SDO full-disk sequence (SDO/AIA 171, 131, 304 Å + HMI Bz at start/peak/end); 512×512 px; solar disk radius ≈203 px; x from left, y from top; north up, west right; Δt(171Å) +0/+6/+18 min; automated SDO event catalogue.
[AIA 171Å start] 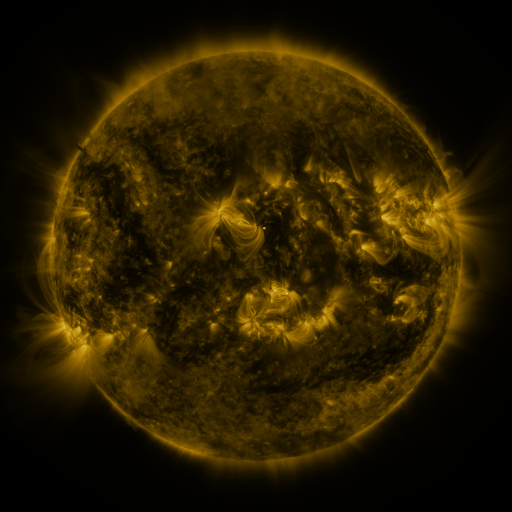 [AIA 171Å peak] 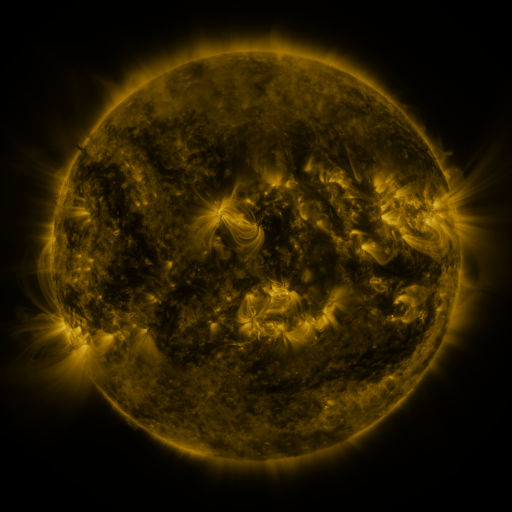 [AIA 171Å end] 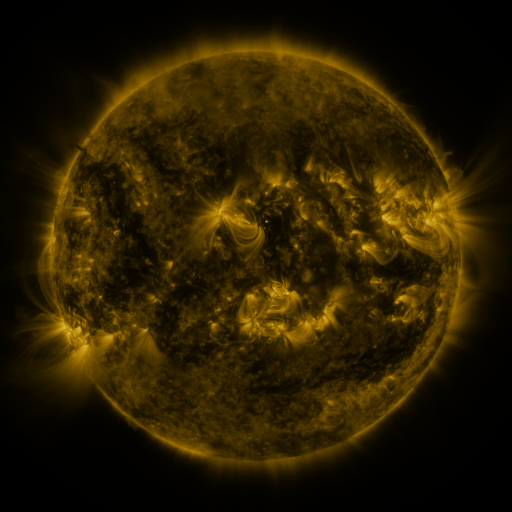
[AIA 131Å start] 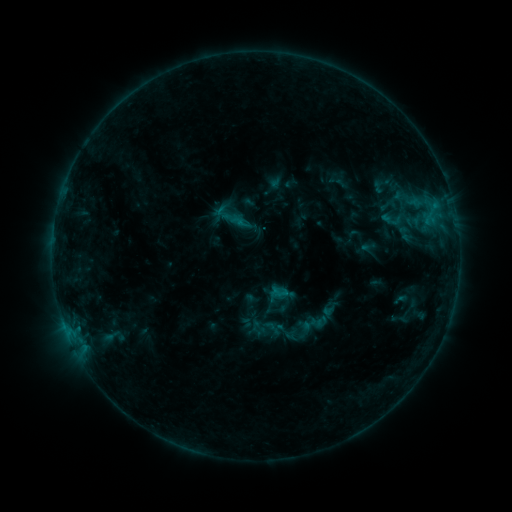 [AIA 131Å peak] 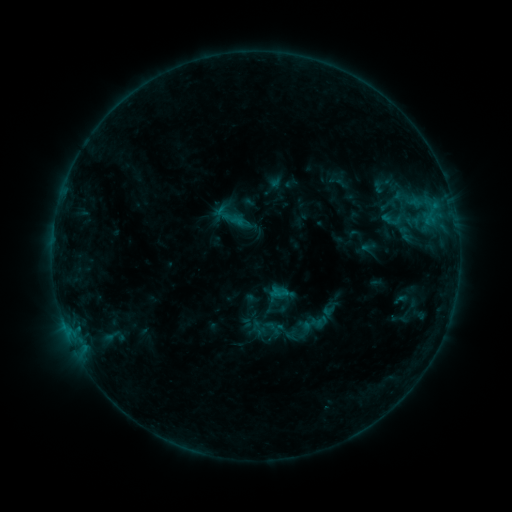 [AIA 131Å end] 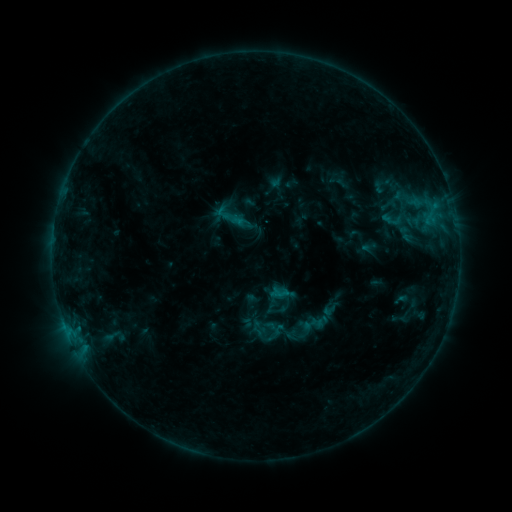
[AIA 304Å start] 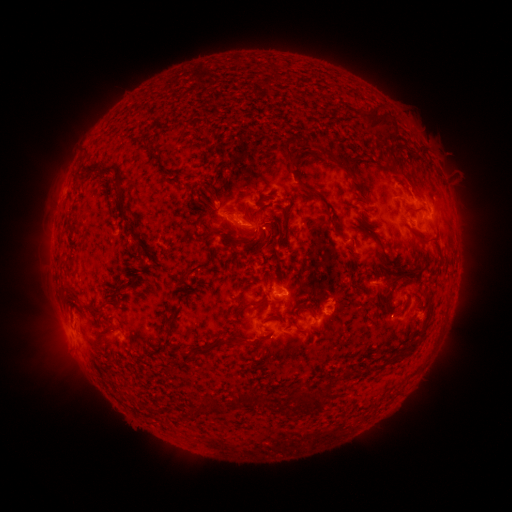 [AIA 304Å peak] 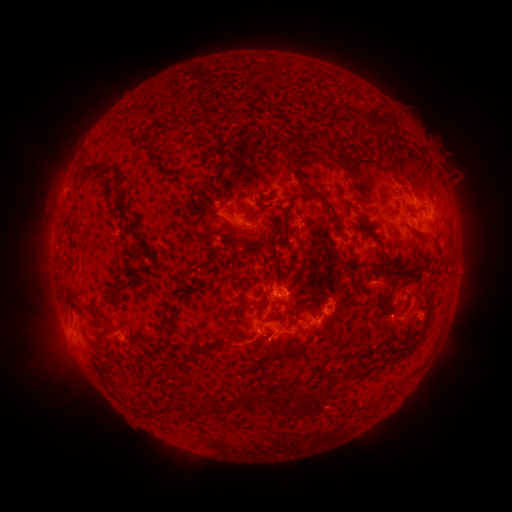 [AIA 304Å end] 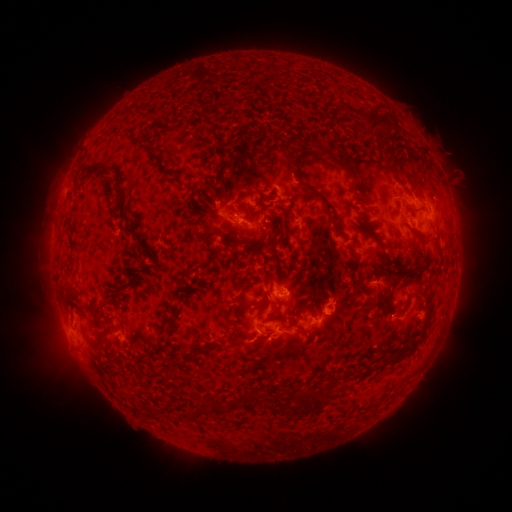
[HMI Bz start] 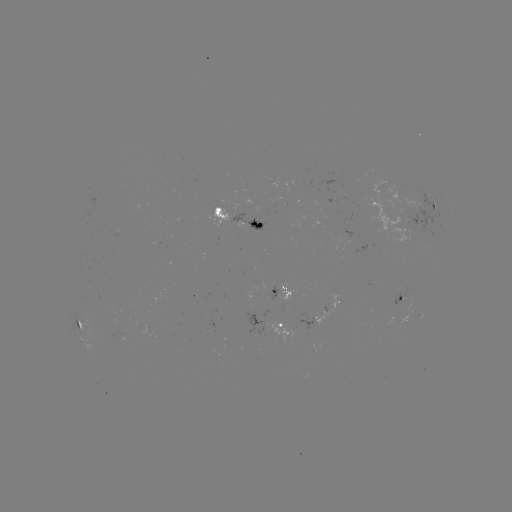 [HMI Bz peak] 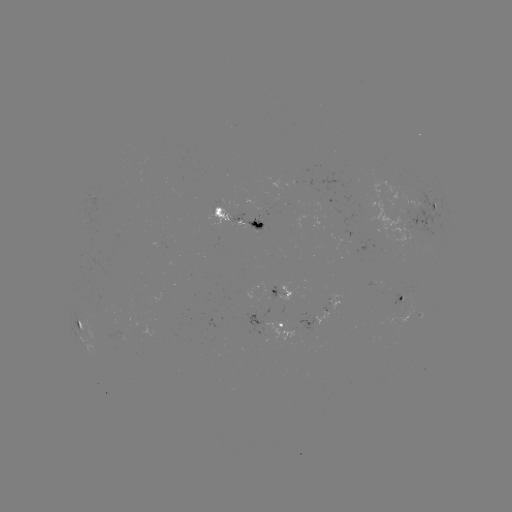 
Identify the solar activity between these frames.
eruption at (239, 344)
